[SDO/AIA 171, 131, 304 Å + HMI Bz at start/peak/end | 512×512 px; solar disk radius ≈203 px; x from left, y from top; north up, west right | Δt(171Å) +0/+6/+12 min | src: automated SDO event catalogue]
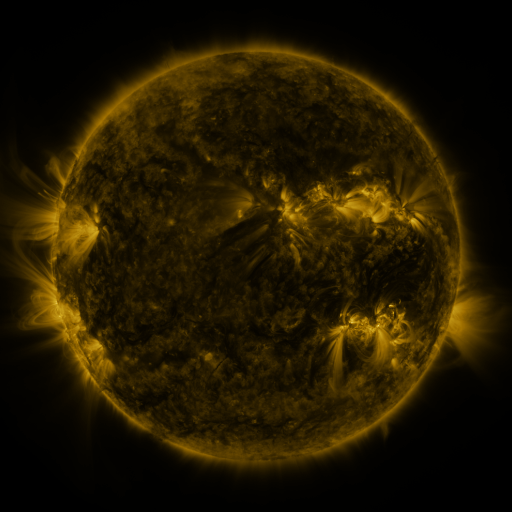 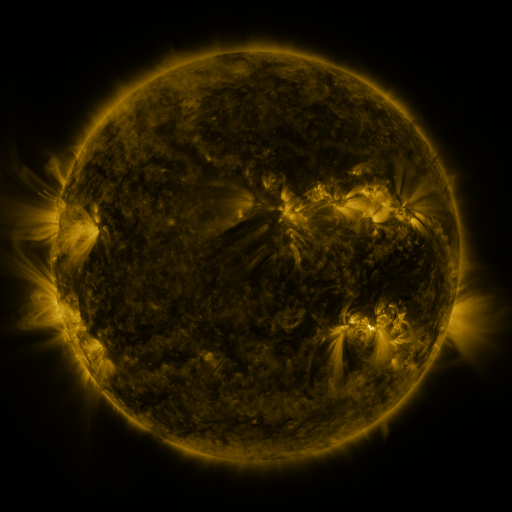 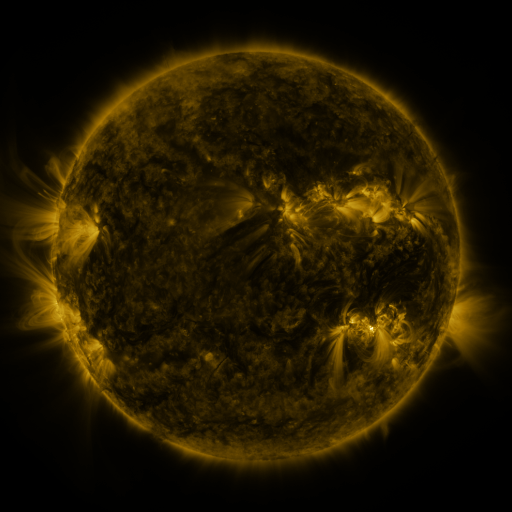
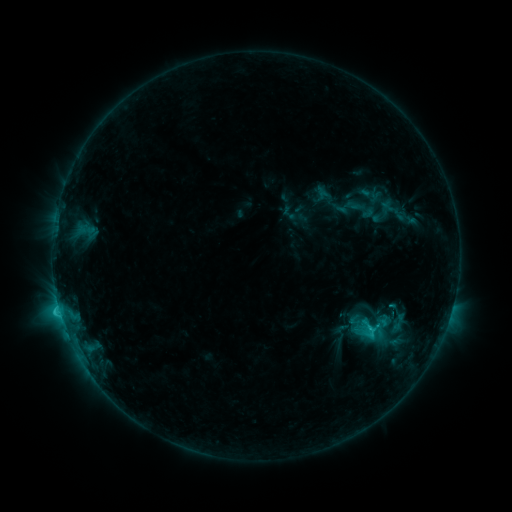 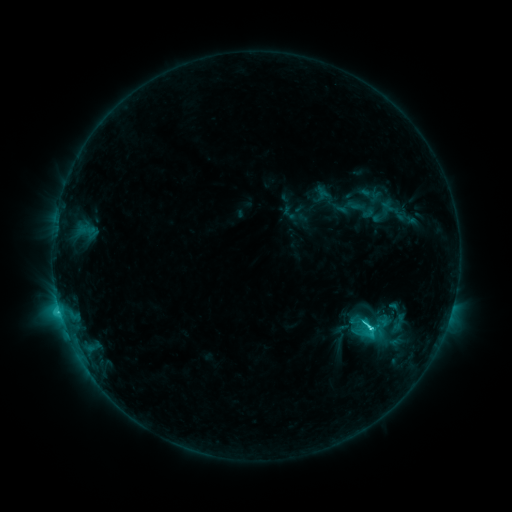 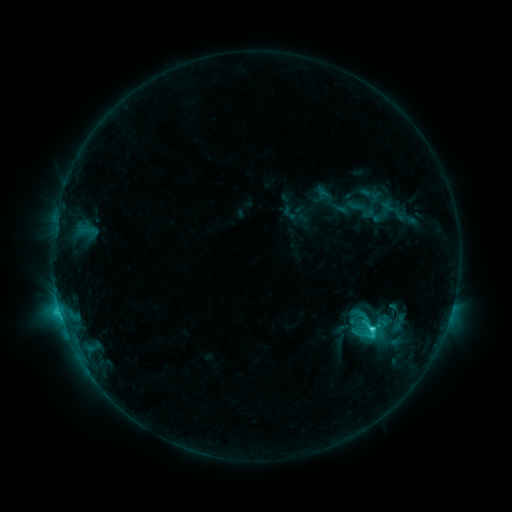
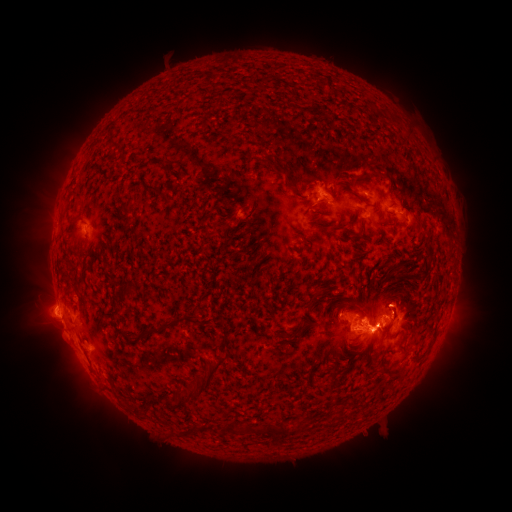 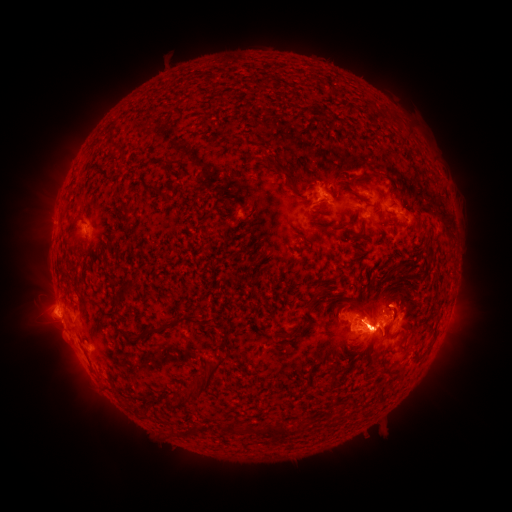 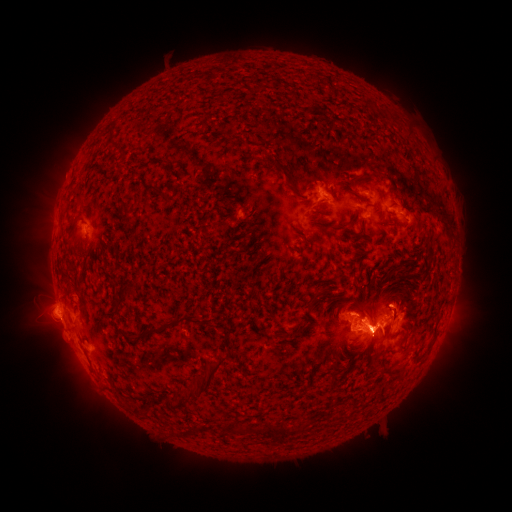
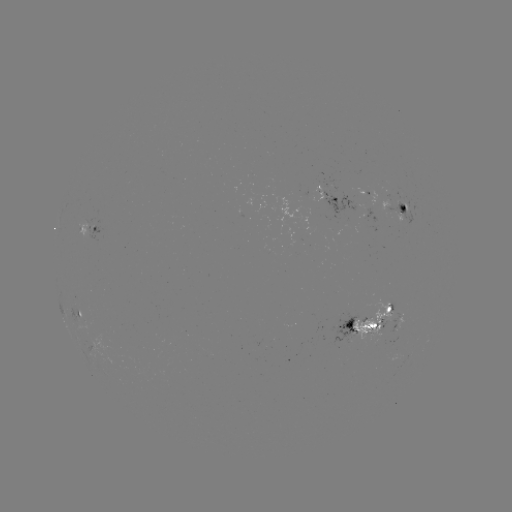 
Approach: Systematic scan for C6.1 flare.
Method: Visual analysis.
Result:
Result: C6.1 flare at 370,324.